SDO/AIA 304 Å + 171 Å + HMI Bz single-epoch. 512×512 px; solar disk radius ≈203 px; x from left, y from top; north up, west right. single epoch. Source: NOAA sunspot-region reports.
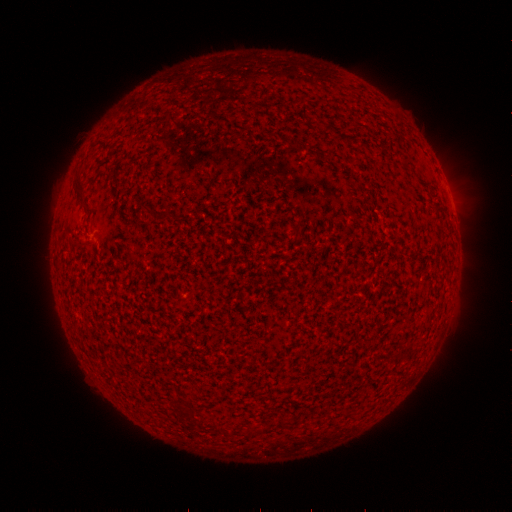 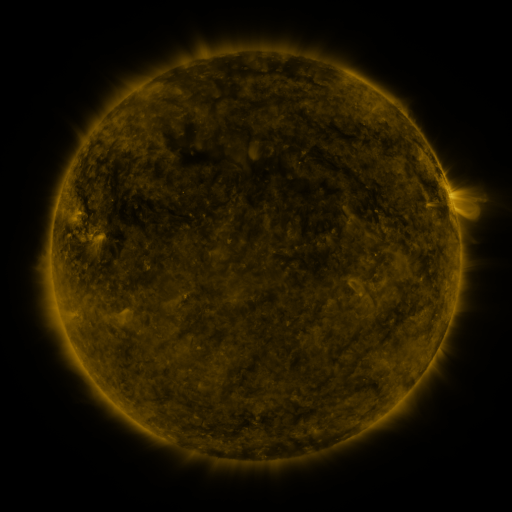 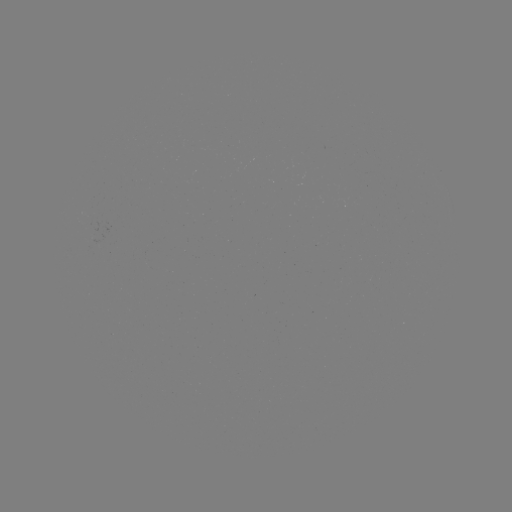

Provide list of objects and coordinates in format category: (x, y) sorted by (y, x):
(none)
